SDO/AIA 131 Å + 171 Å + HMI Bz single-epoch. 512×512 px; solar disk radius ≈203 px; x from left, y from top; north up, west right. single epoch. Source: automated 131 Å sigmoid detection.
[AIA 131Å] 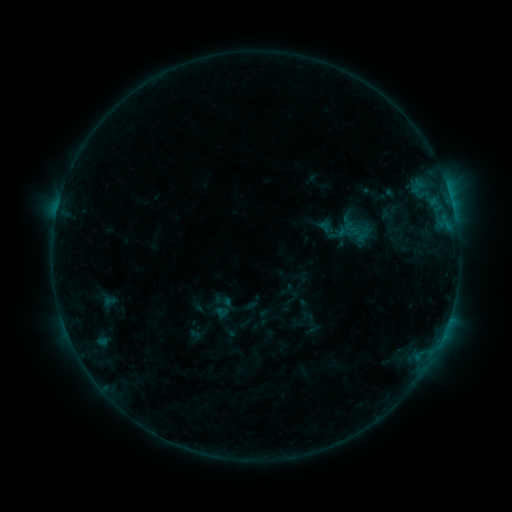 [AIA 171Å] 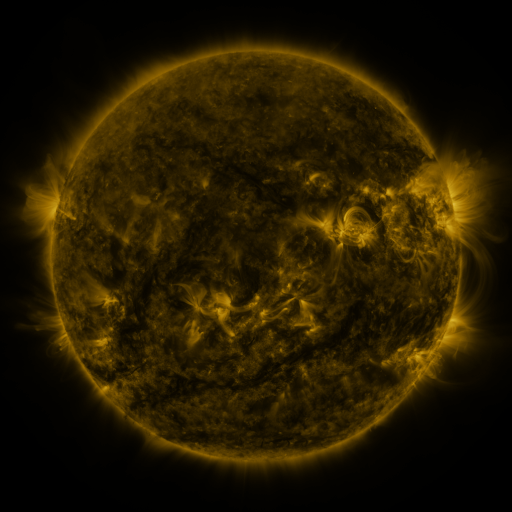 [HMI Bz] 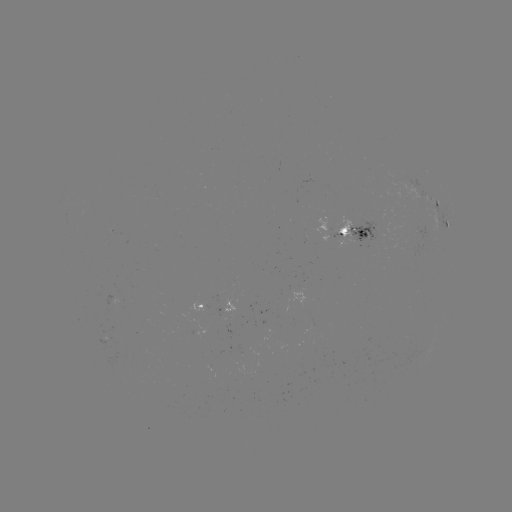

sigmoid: (341, 219, 362, 238)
